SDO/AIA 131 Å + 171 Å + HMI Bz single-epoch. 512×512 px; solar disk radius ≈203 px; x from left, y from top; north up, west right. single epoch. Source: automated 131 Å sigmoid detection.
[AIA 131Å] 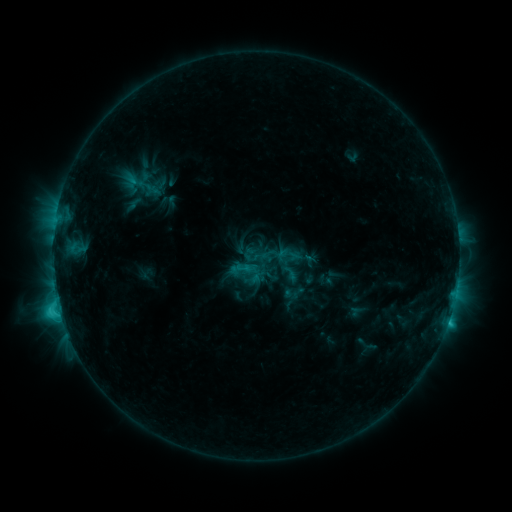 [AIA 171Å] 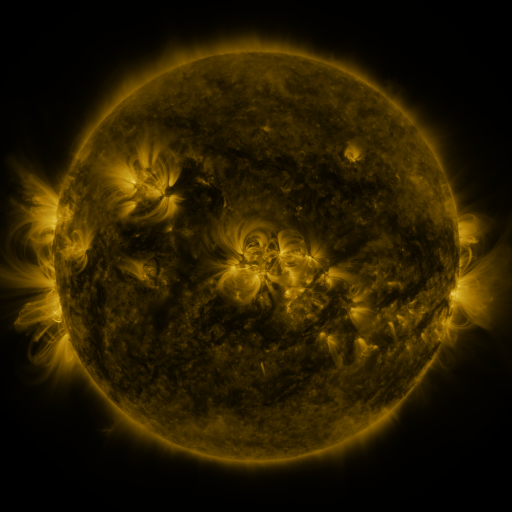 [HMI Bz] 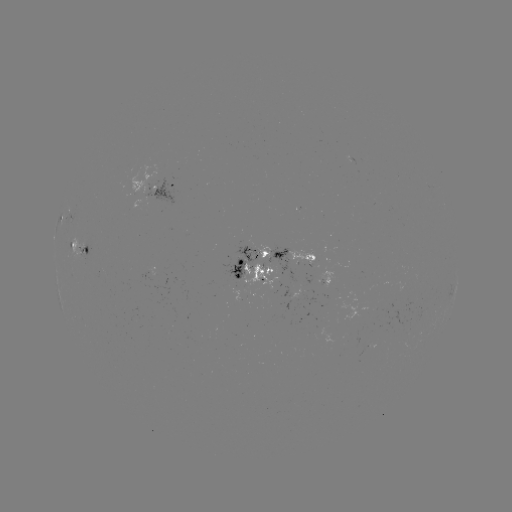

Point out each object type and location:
sigmoid: [282, 265, 299, 283]
